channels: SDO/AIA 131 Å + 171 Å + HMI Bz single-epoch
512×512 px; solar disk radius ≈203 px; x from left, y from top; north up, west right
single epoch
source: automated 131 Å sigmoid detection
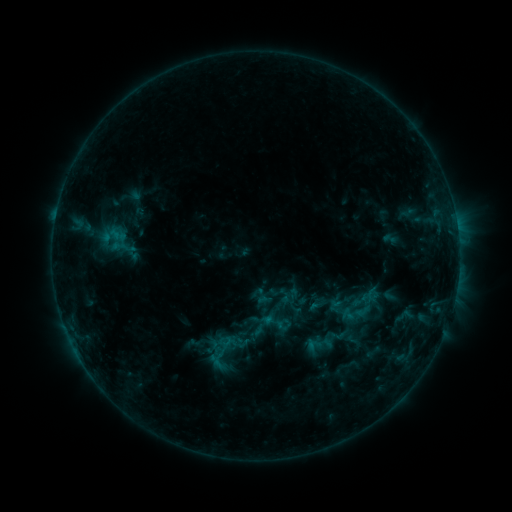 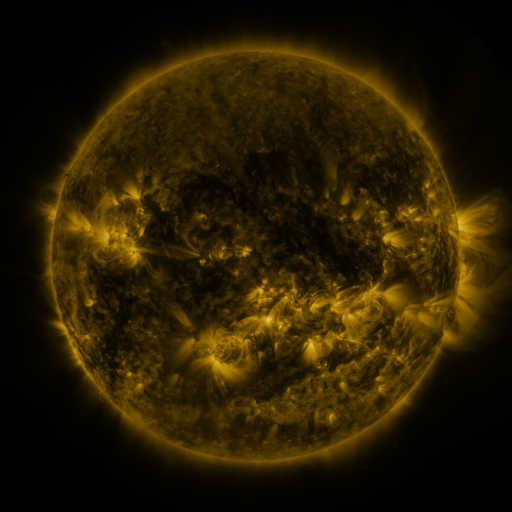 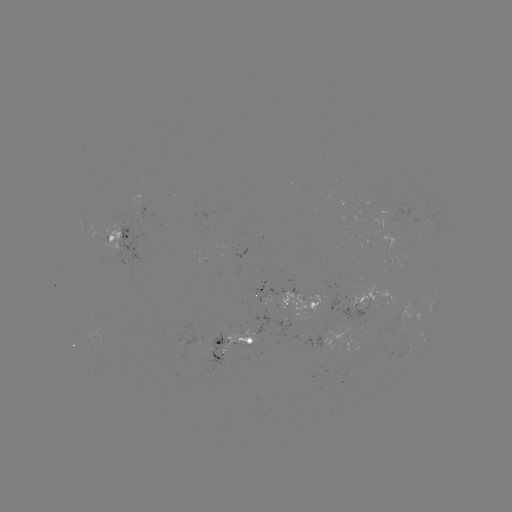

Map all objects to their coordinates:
sigmoid: (259, 306, 293, 339)
sigmoid: (197, 326, 250, 375)
